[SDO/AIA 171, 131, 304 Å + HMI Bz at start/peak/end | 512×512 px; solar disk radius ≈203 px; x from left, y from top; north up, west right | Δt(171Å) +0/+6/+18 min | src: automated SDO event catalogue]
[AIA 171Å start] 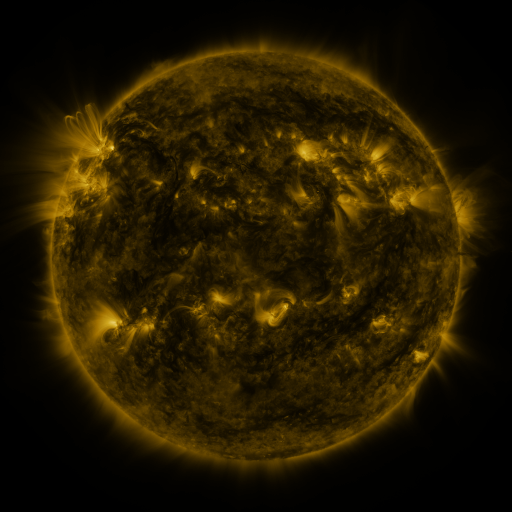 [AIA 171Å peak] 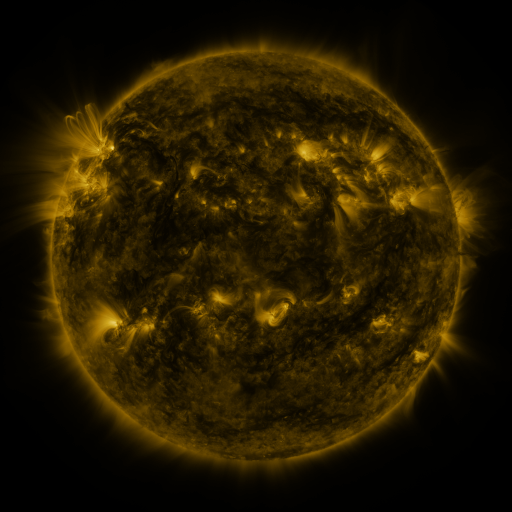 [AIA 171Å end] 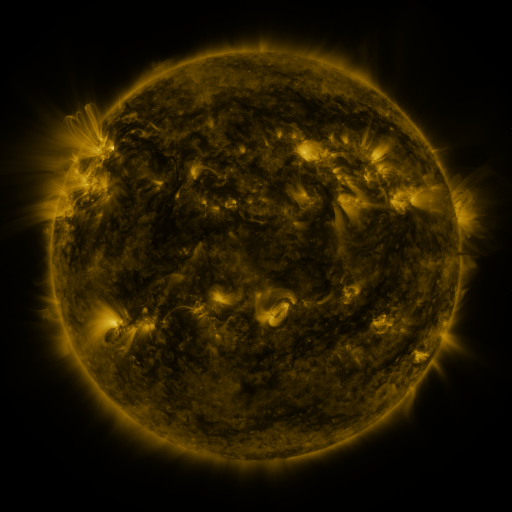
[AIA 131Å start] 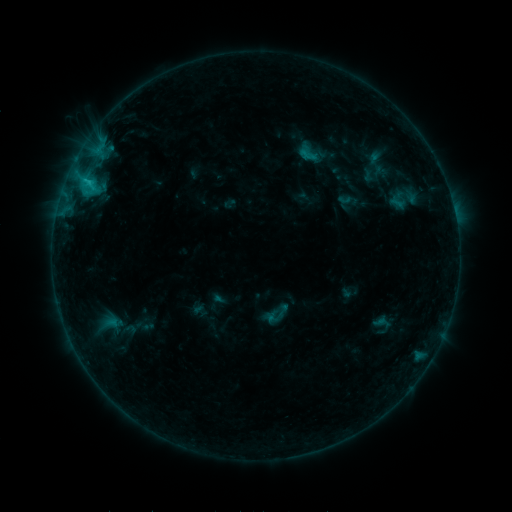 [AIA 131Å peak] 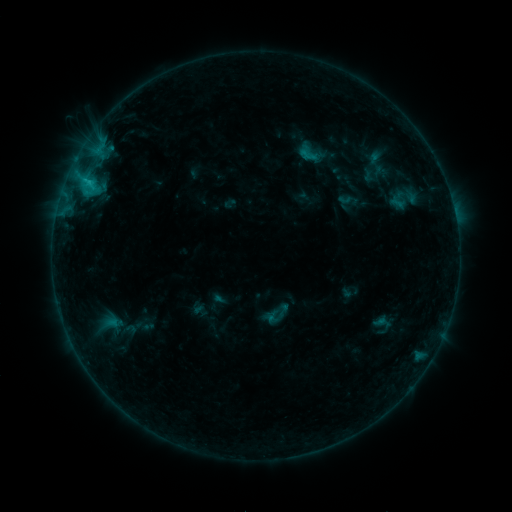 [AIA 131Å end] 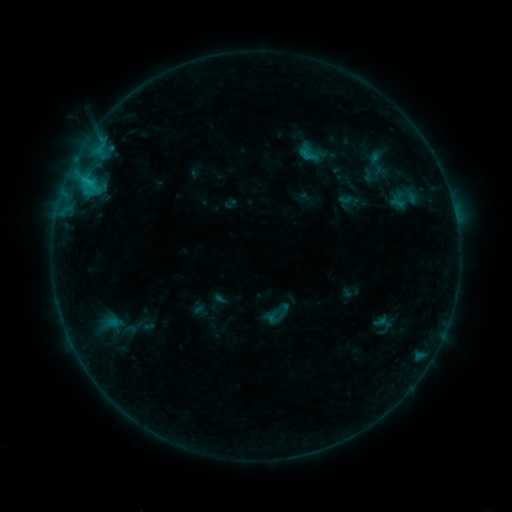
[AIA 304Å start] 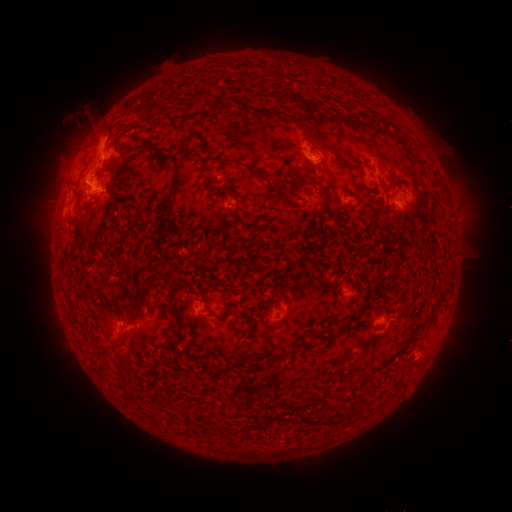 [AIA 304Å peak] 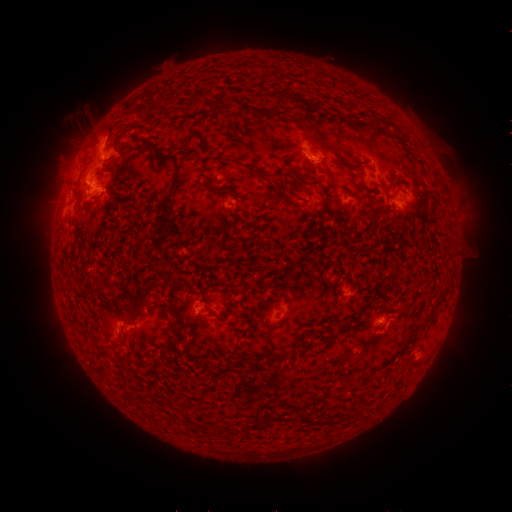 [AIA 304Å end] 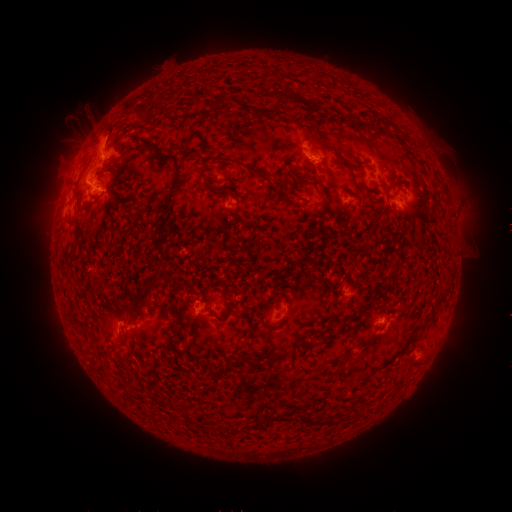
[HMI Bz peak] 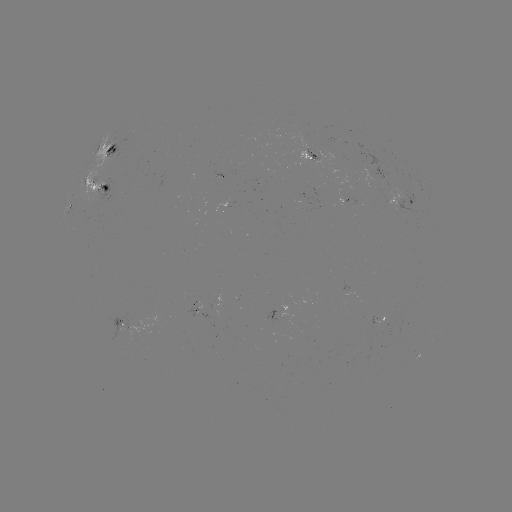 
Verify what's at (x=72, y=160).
eruption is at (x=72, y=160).